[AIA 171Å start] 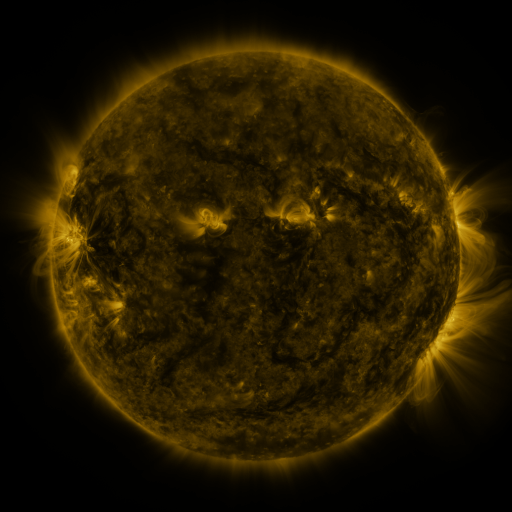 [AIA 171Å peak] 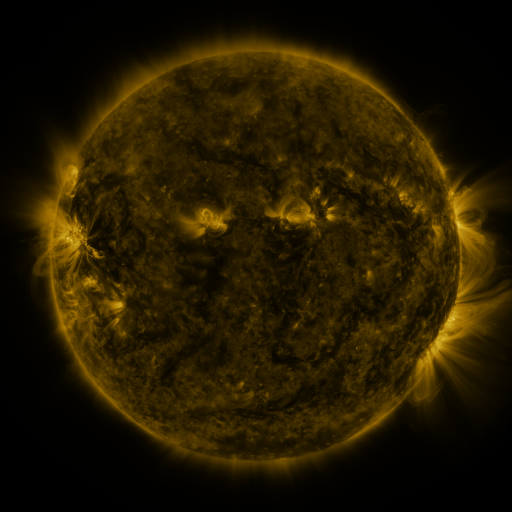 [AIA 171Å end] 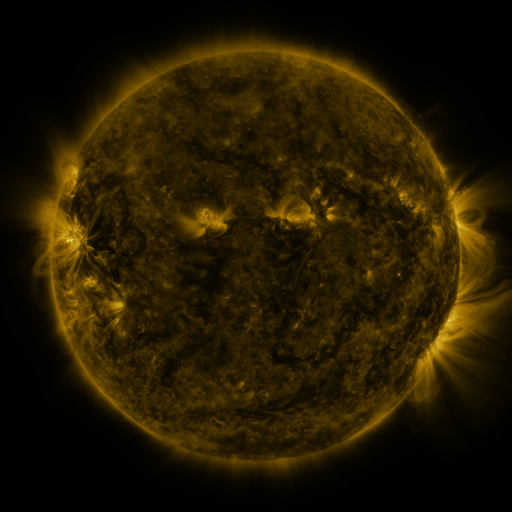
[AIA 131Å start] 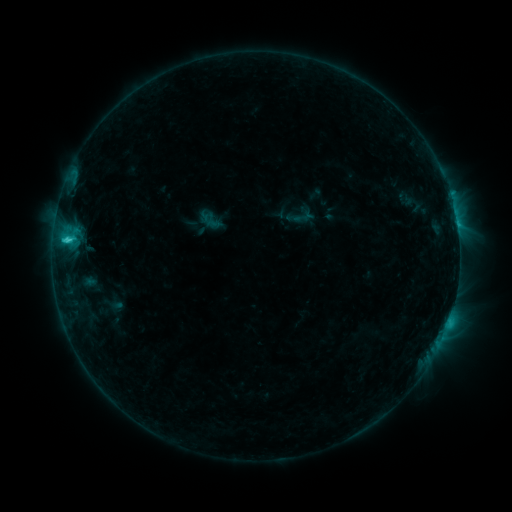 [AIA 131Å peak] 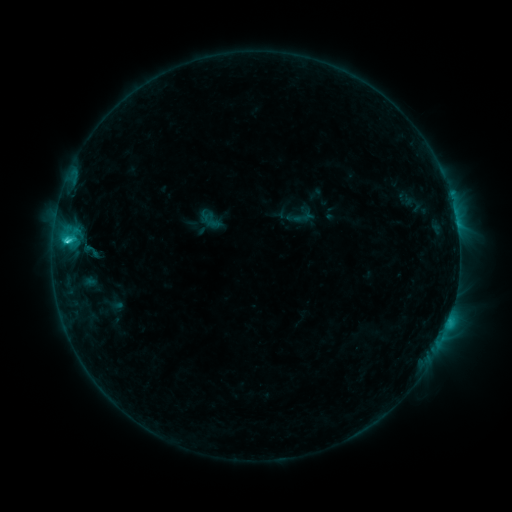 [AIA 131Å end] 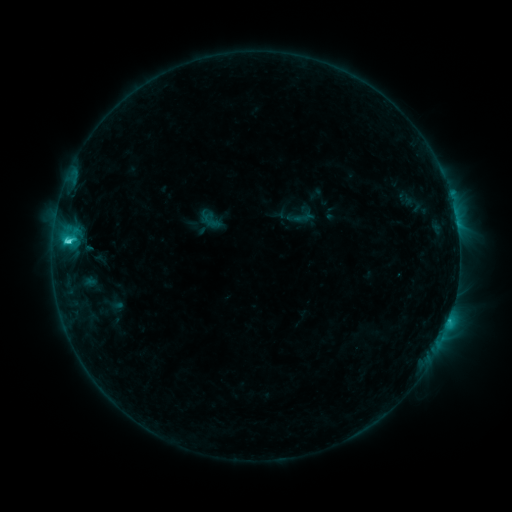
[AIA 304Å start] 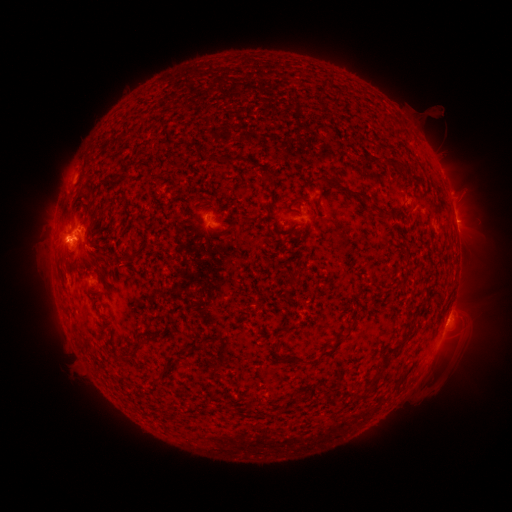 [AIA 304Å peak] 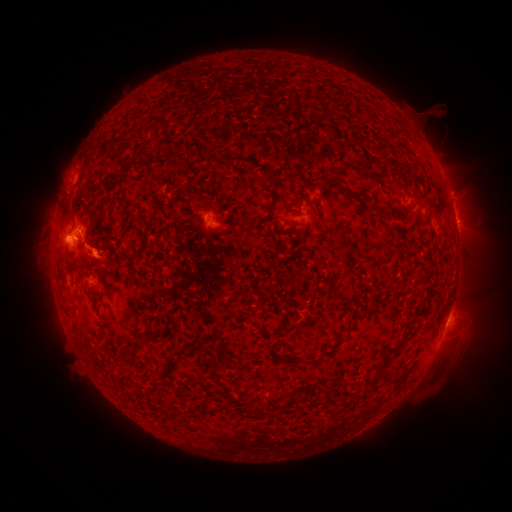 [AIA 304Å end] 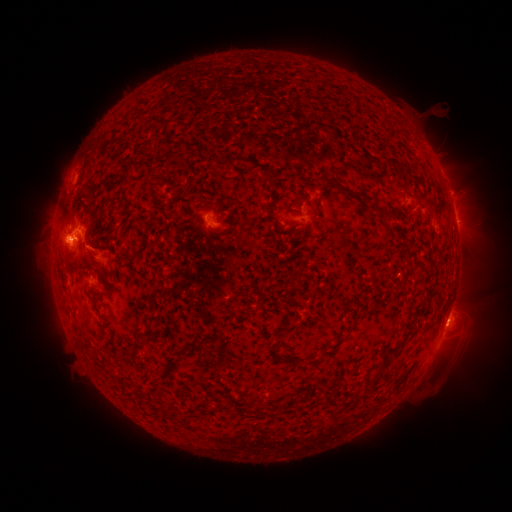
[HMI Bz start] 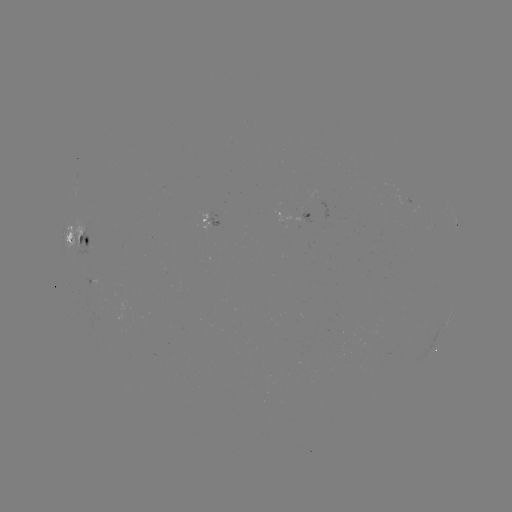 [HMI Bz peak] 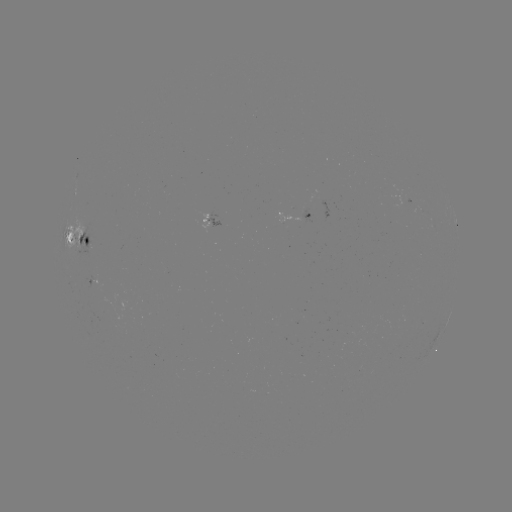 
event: eruption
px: (101, 258)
